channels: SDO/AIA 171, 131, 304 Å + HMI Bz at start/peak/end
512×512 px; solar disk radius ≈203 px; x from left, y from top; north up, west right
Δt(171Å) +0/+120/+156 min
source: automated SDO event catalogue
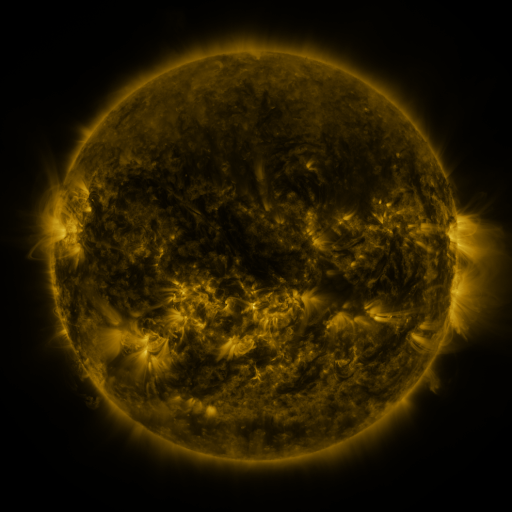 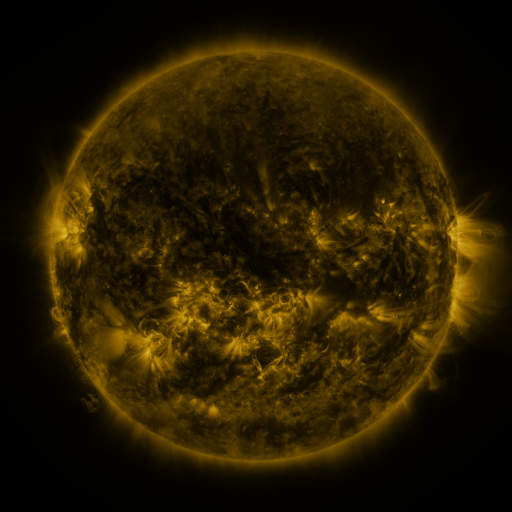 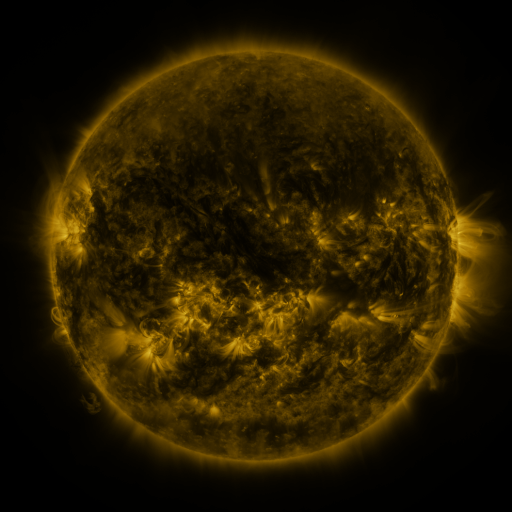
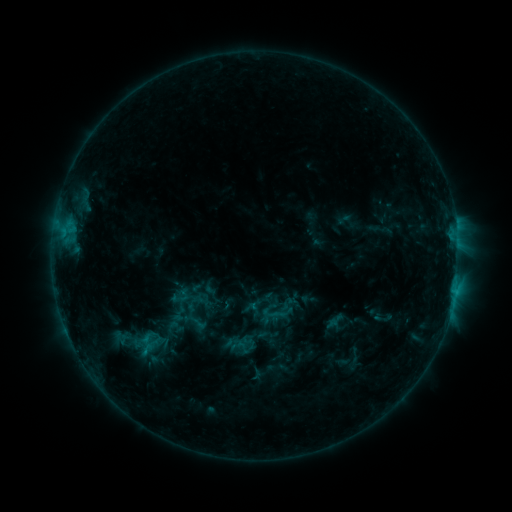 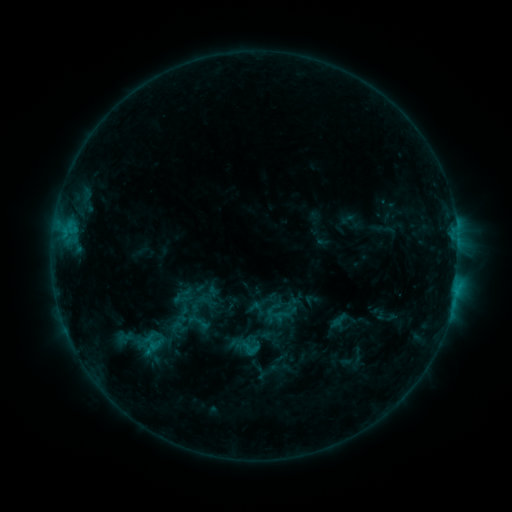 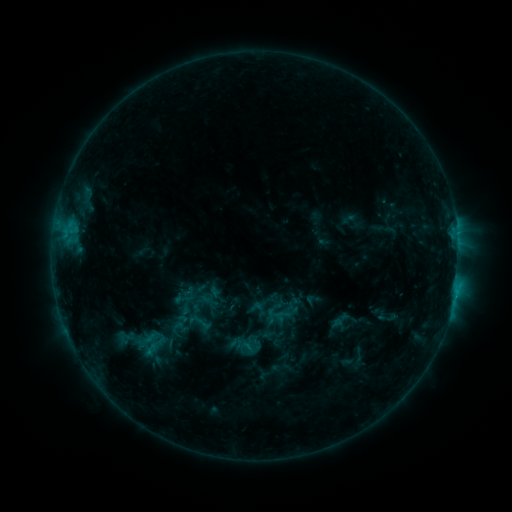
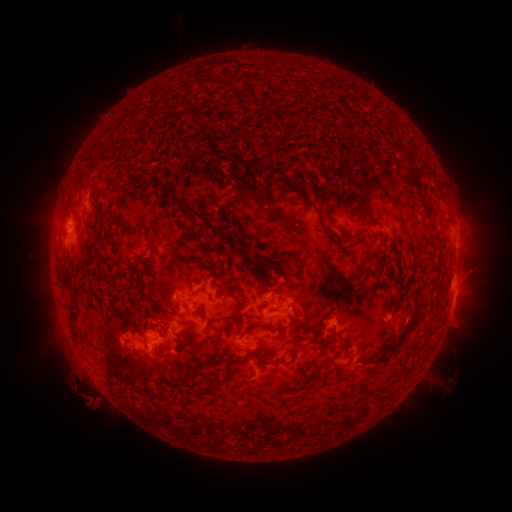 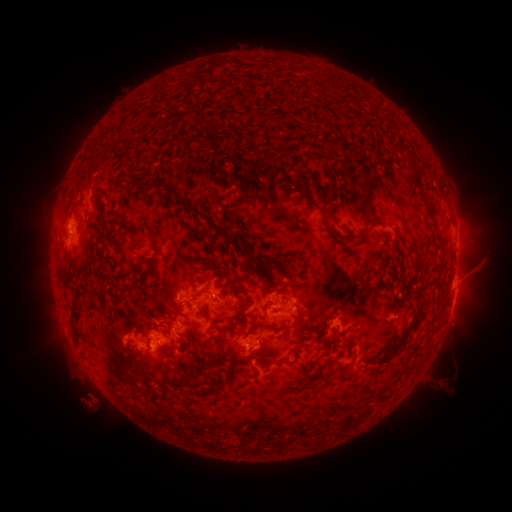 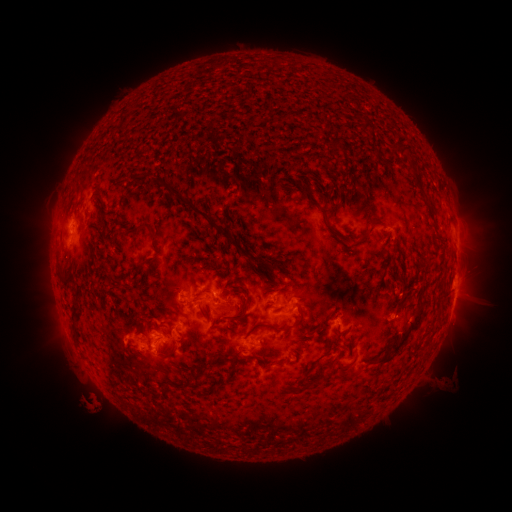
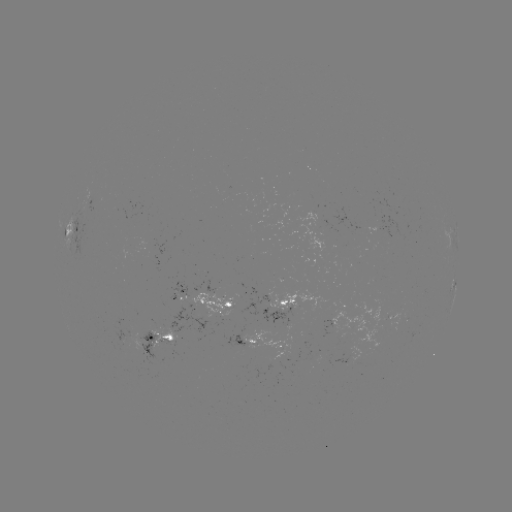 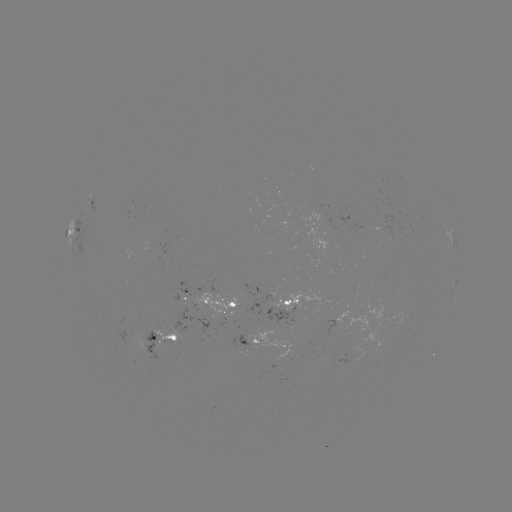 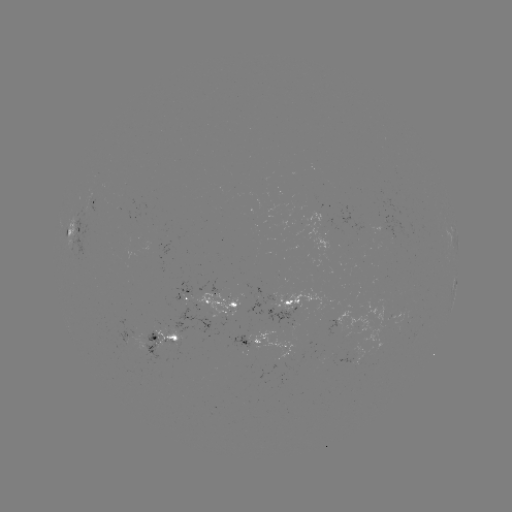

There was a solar emerging-flux region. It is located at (344, 338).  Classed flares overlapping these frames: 1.